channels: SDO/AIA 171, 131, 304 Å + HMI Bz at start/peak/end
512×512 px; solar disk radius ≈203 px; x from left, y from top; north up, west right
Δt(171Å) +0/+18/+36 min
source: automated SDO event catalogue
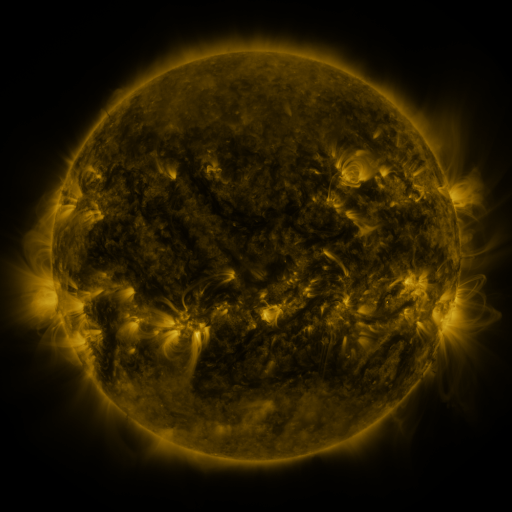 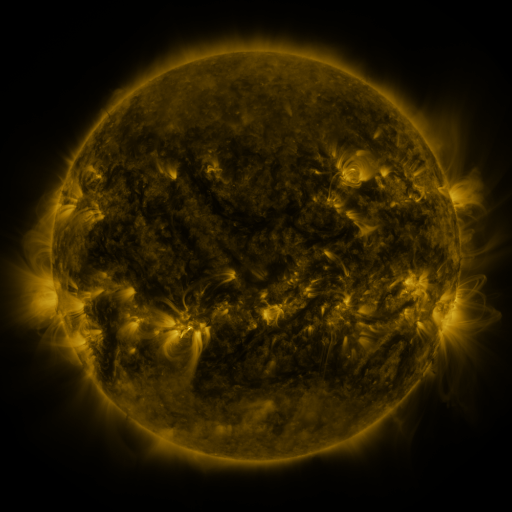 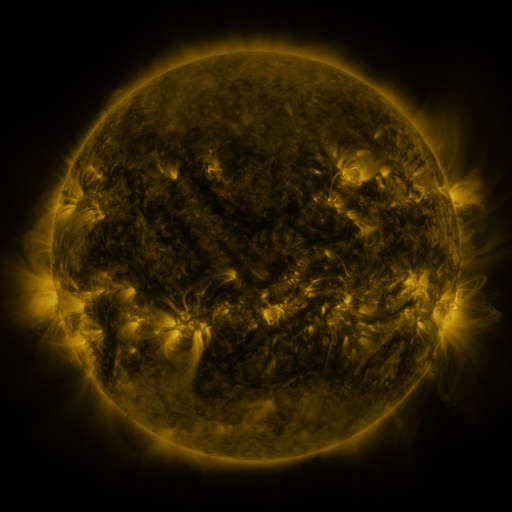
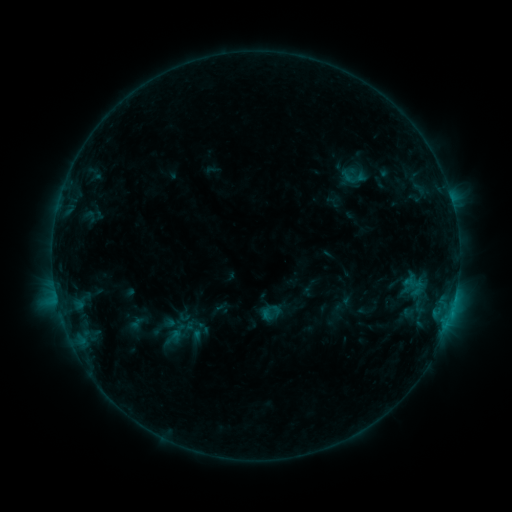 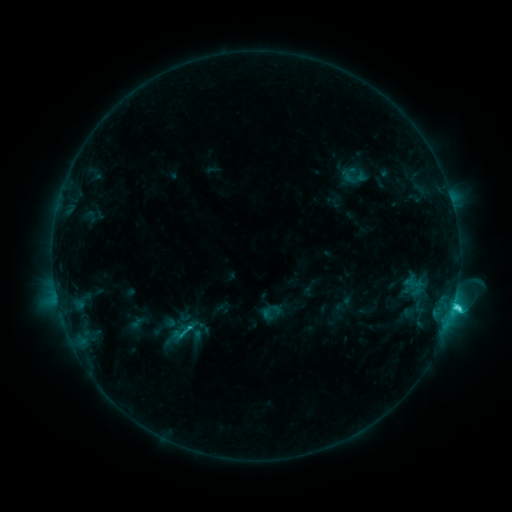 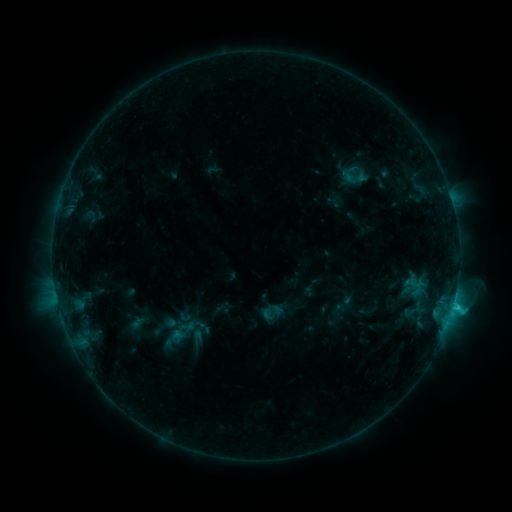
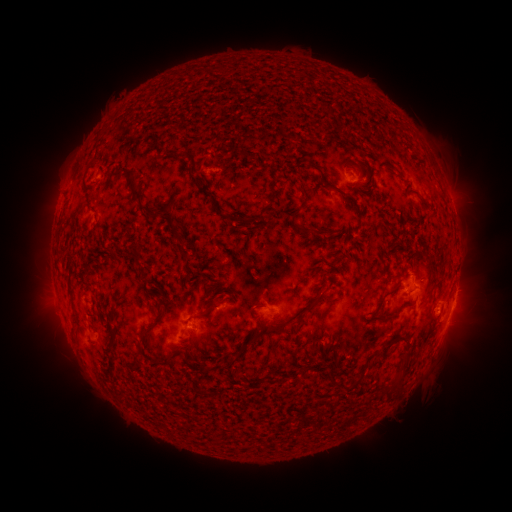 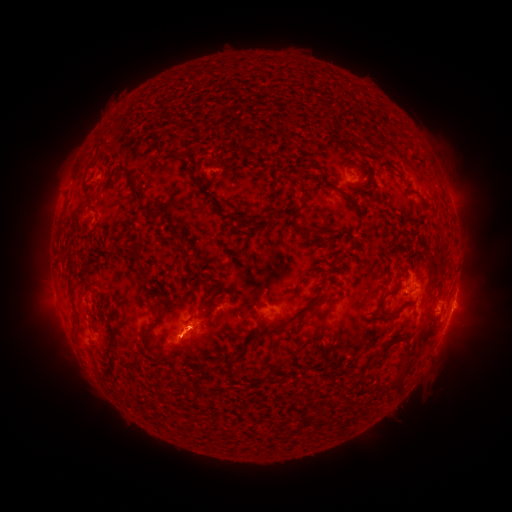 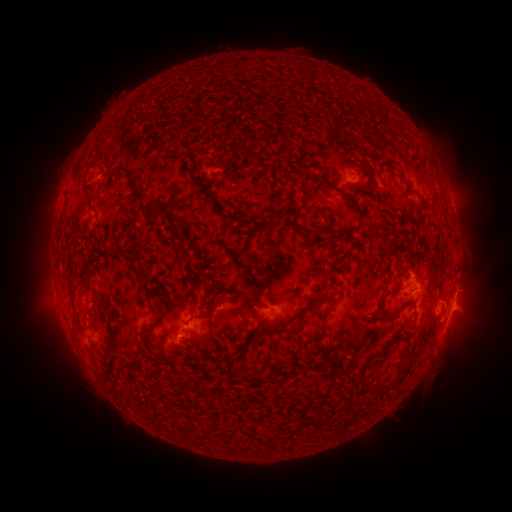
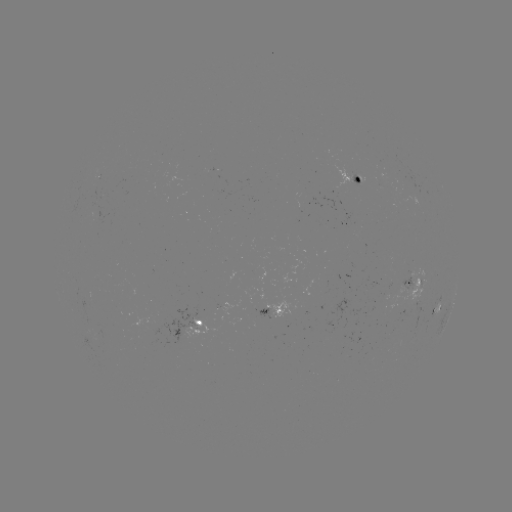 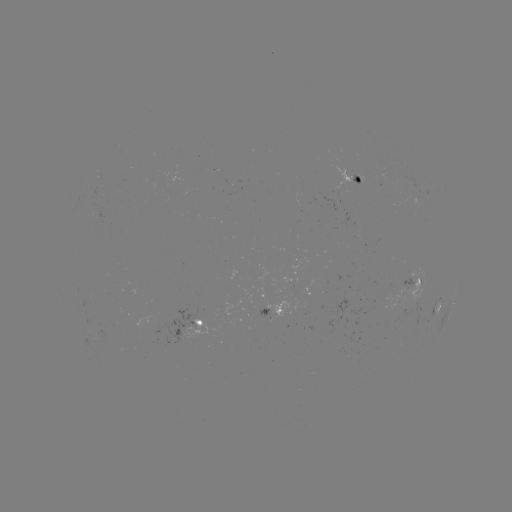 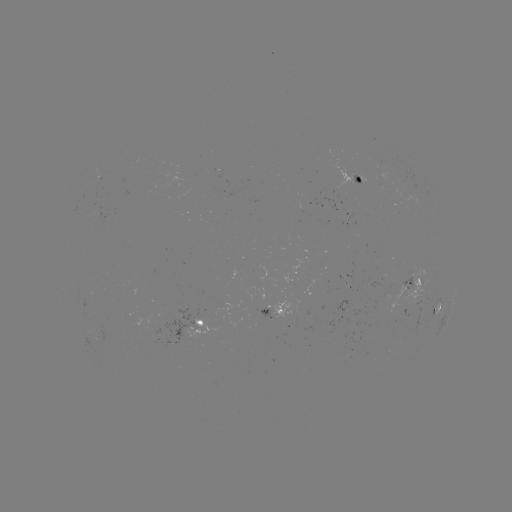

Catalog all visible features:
C2.9 flare: (453, 304)
